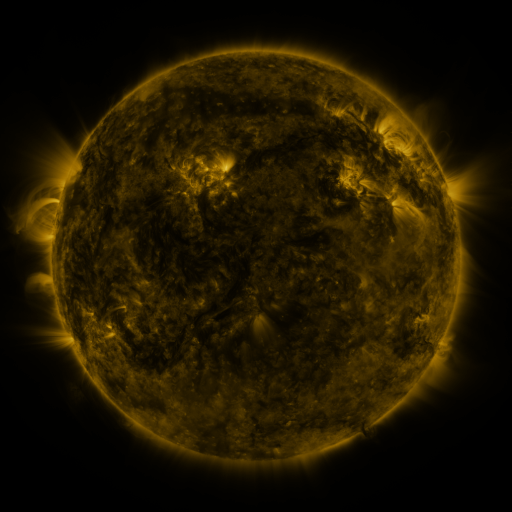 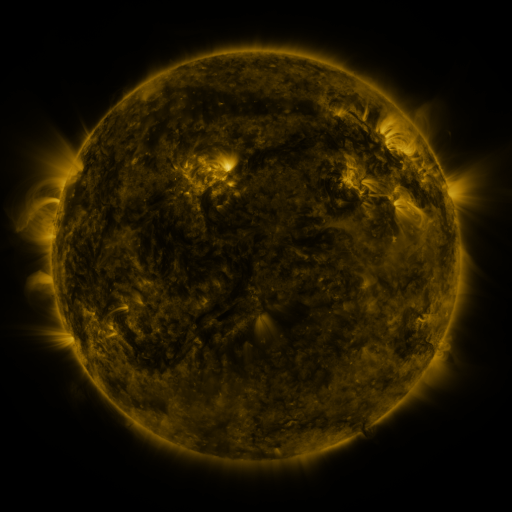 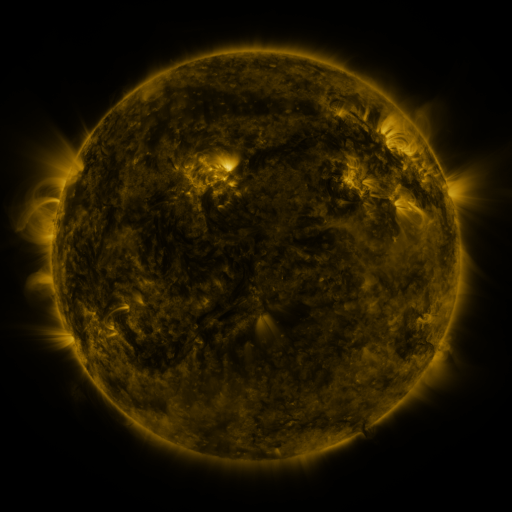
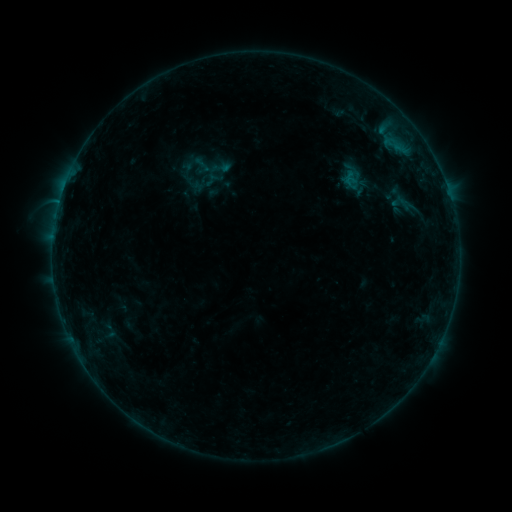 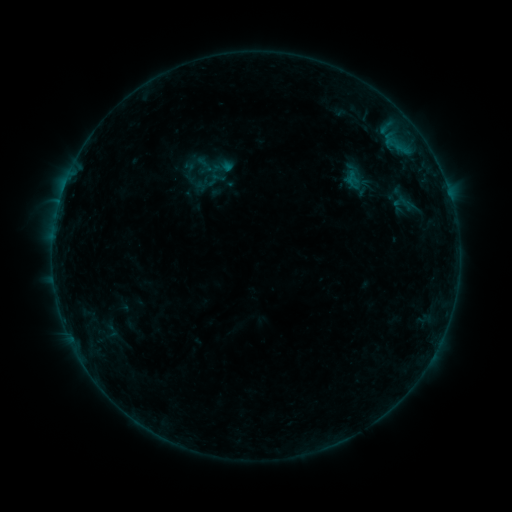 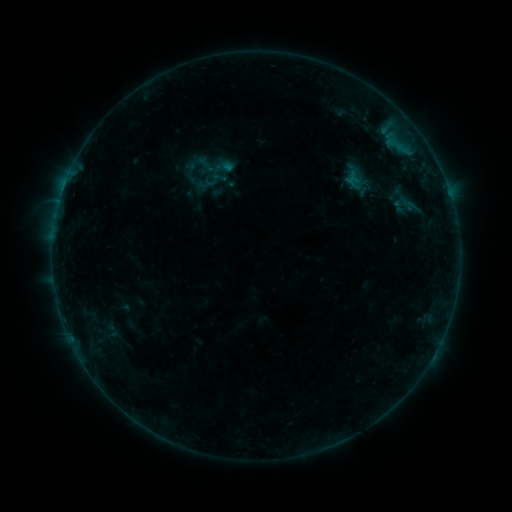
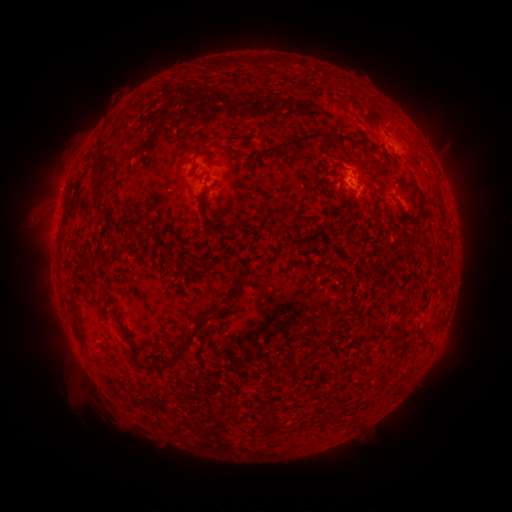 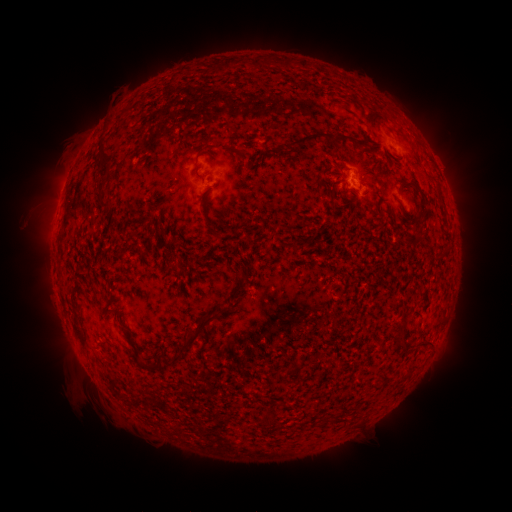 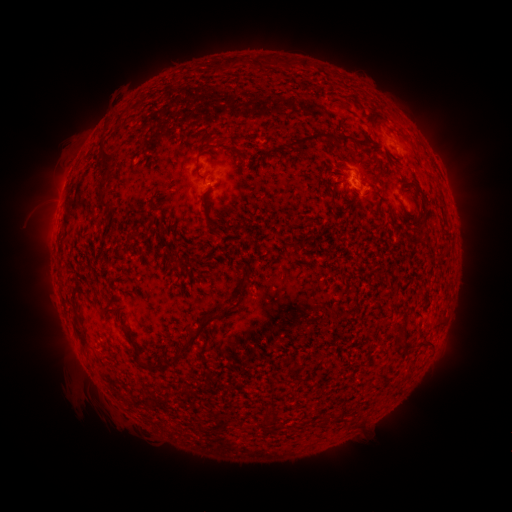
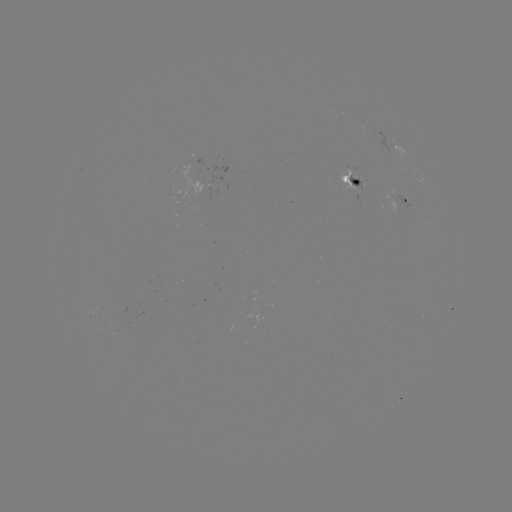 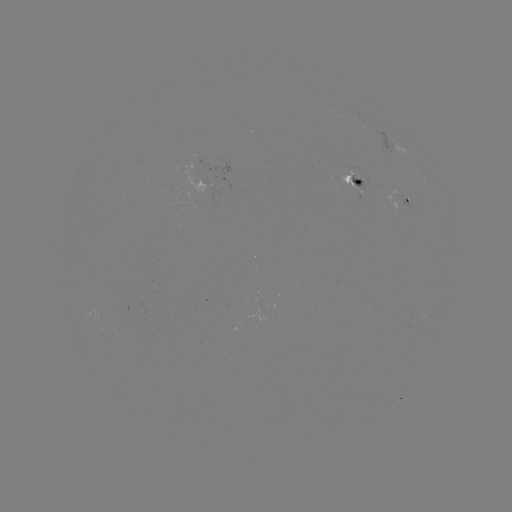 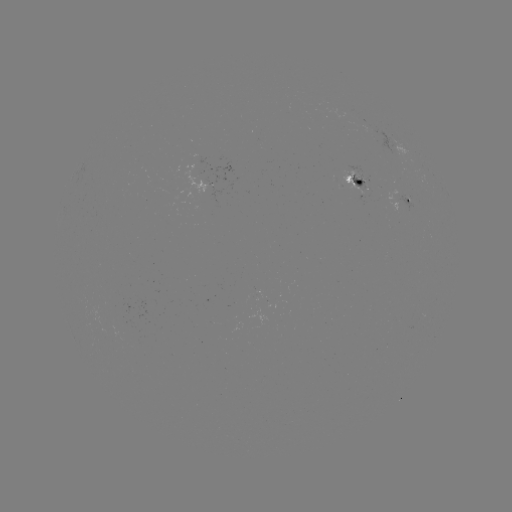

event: emerging-flux region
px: (134, 344)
